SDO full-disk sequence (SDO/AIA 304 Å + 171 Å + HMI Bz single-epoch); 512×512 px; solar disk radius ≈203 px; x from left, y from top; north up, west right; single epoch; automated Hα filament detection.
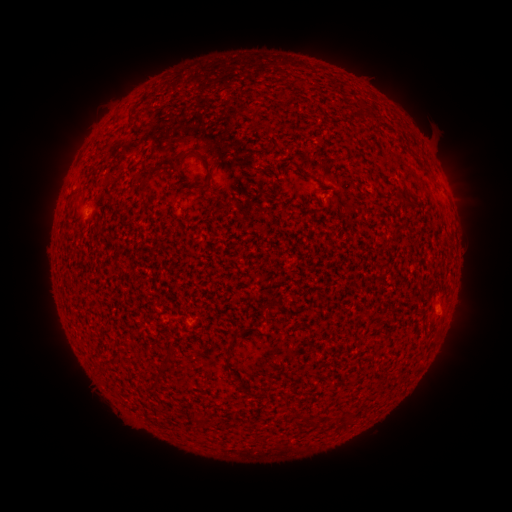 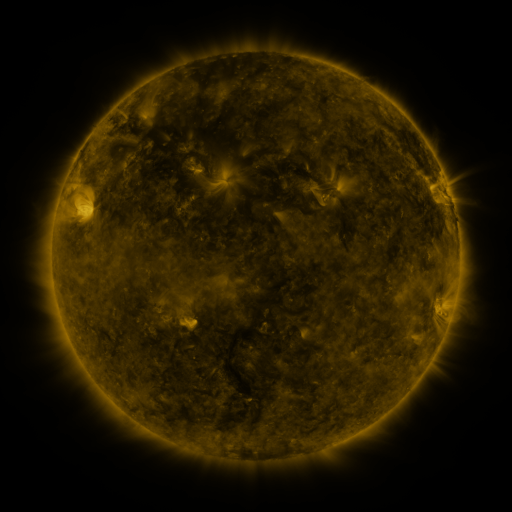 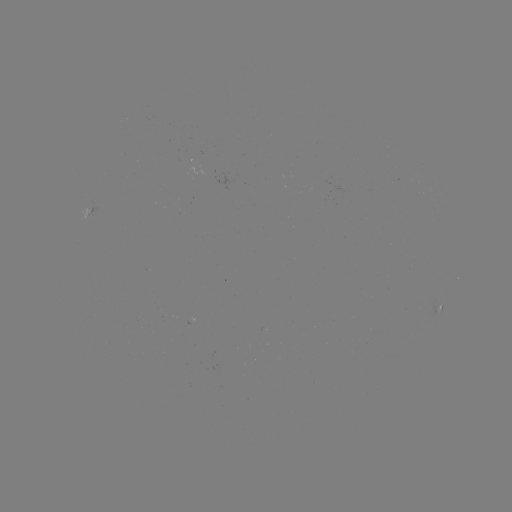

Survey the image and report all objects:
filament: [129, 110, 139, 120]
filament: [170, 149, 213, 185]
filament: [222, 355, 230, 365]
filament: [147, 381, 160, 388]
